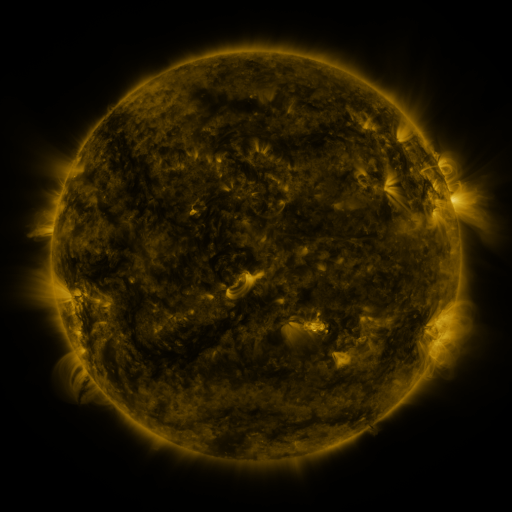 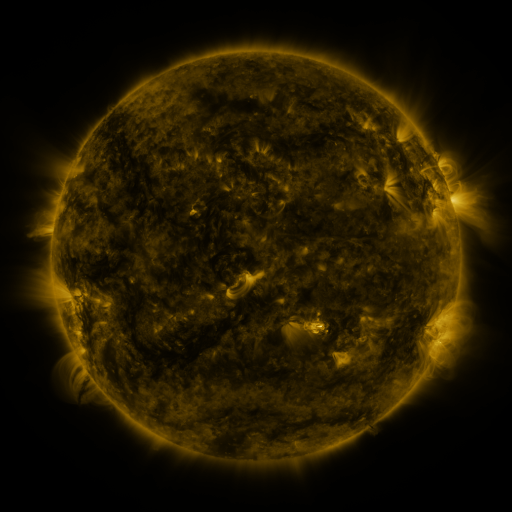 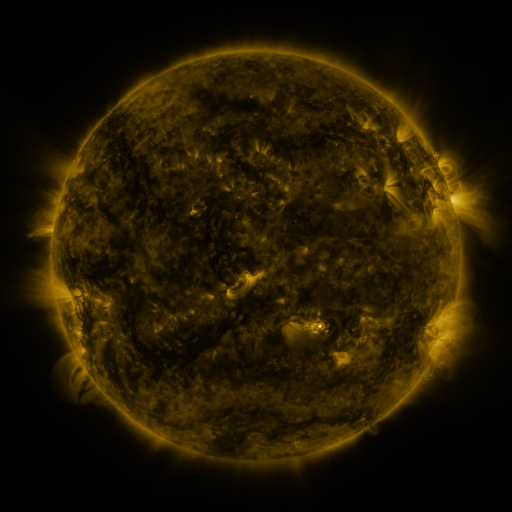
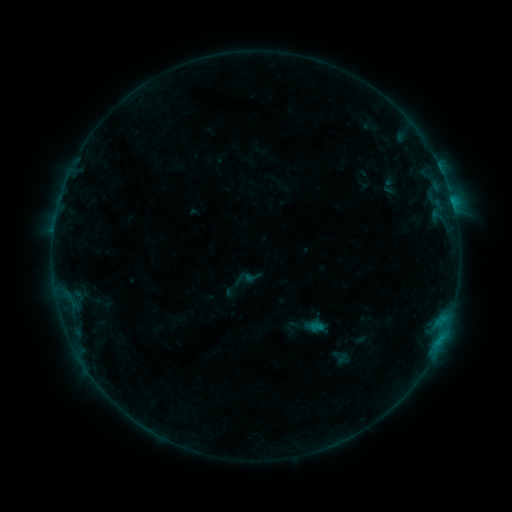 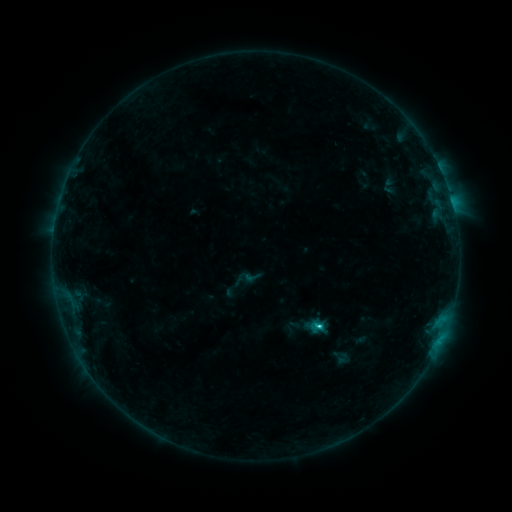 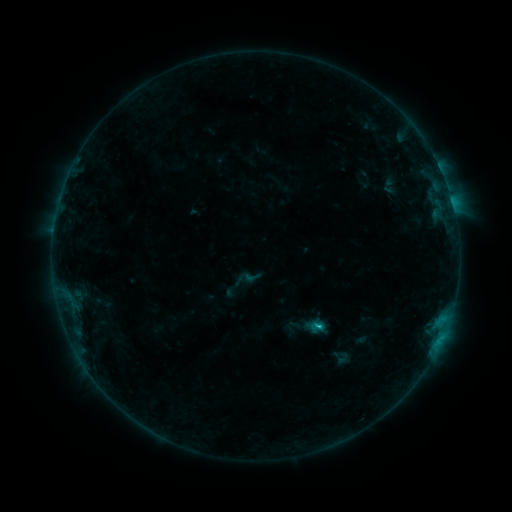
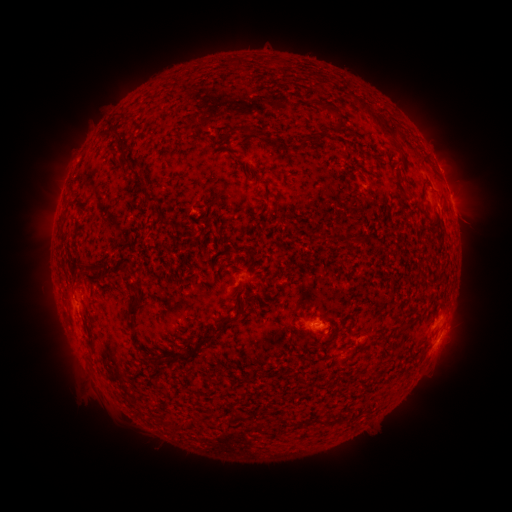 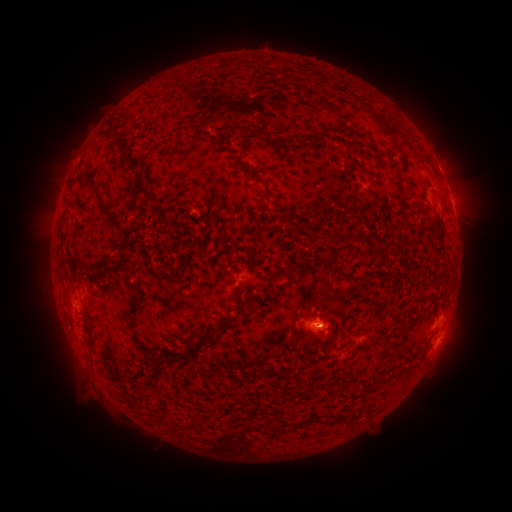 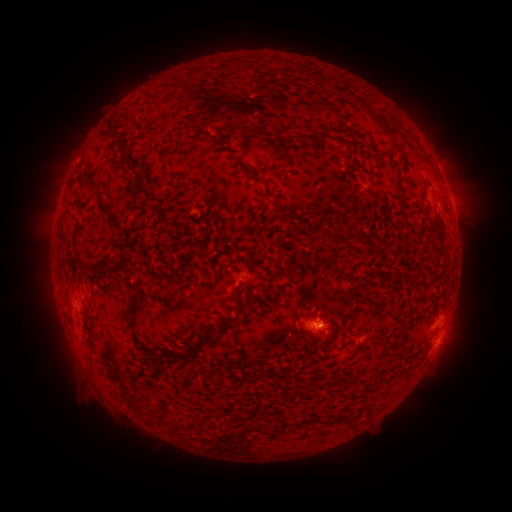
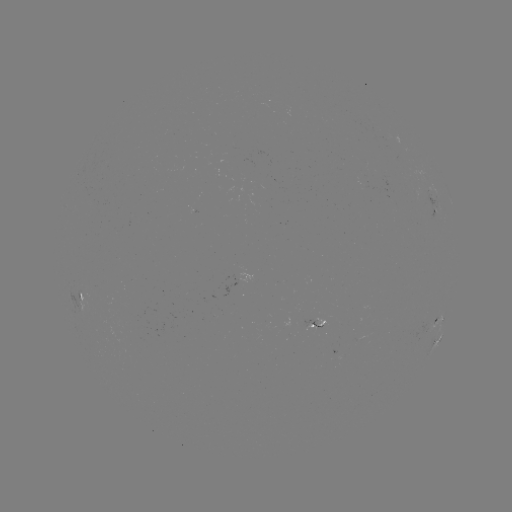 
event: flare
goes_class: C1.2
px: (318, 323)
